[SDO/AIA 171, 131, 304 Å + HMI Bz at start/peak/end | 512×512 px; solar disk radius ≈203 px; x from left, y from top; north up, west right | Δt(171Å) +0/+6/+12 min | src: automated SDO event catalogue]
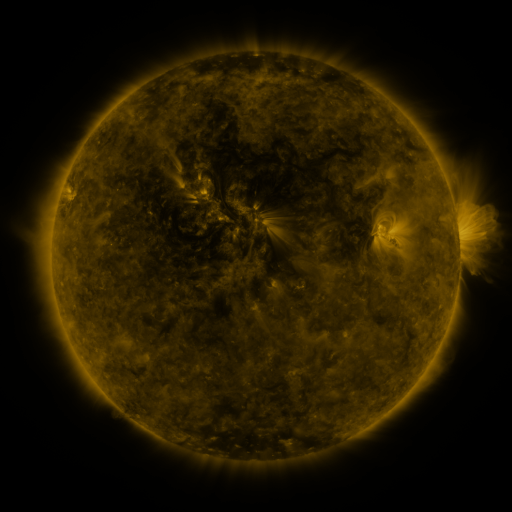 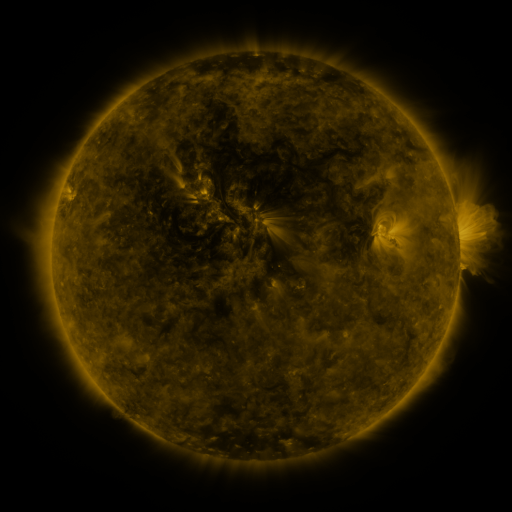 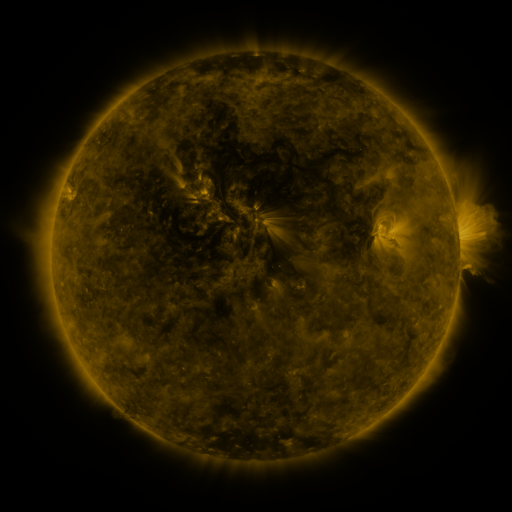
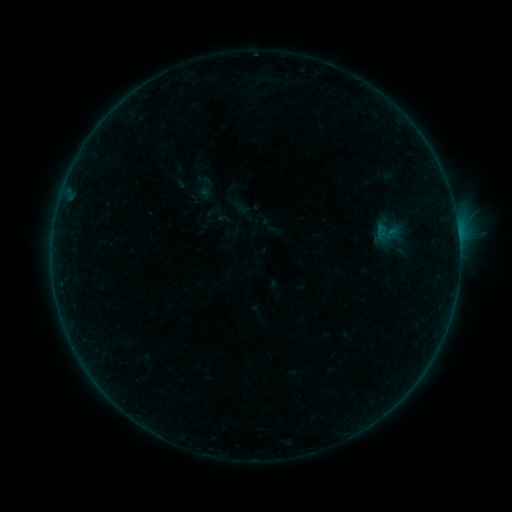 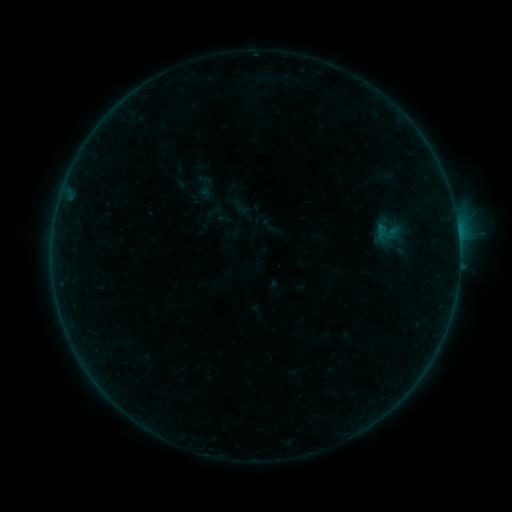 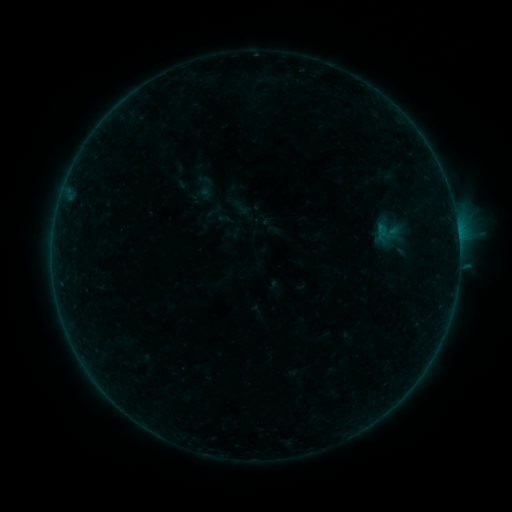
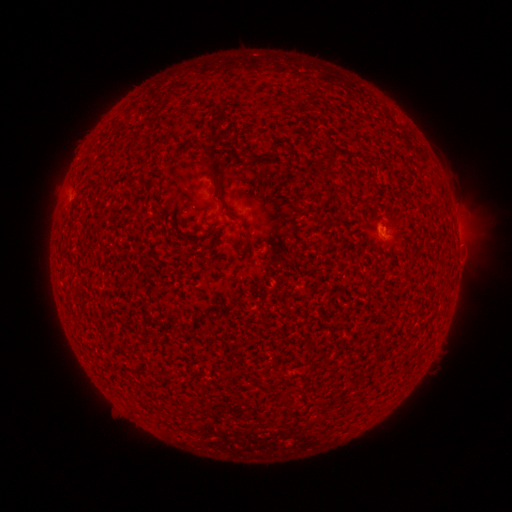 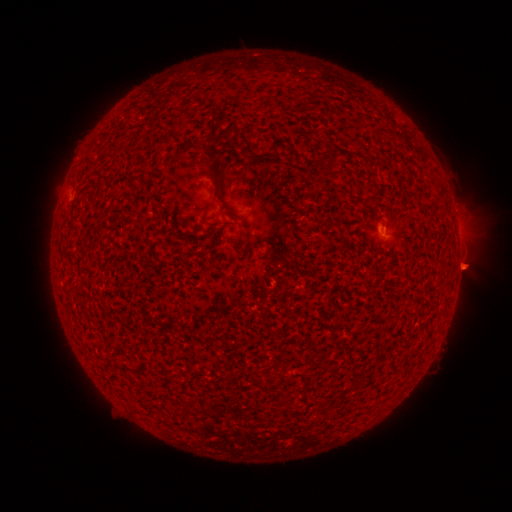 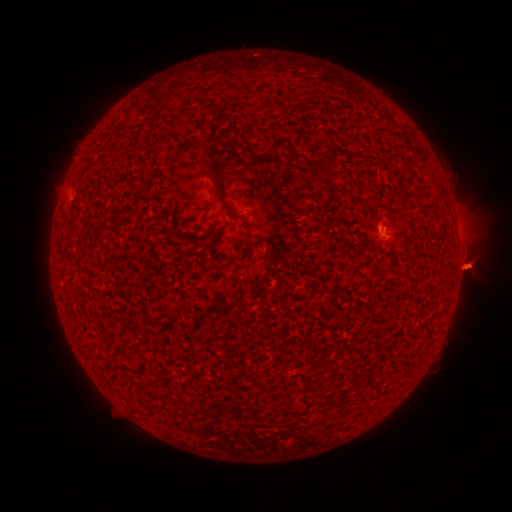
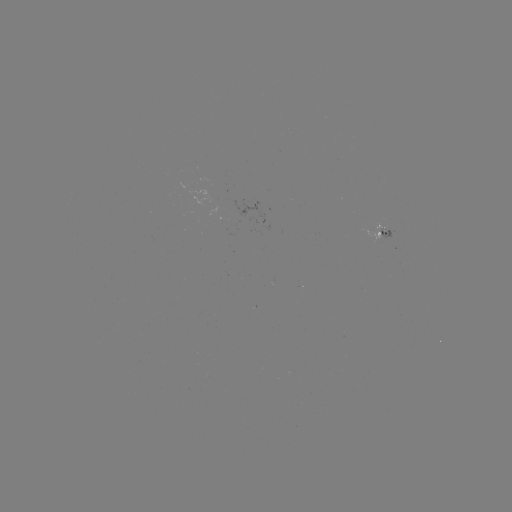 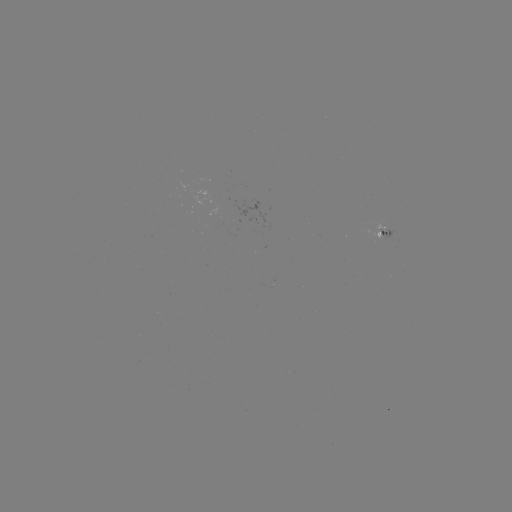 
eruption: [439, 241, 487, 286]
